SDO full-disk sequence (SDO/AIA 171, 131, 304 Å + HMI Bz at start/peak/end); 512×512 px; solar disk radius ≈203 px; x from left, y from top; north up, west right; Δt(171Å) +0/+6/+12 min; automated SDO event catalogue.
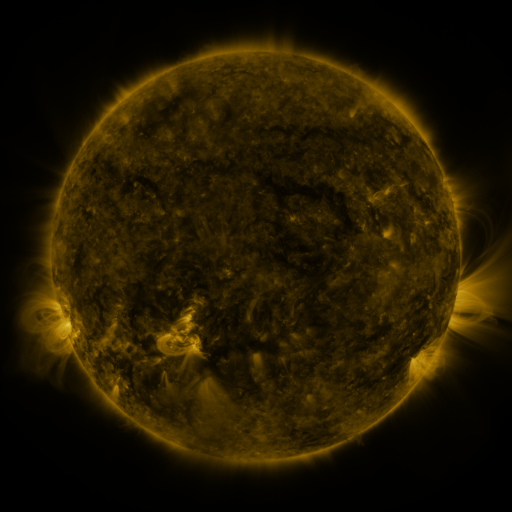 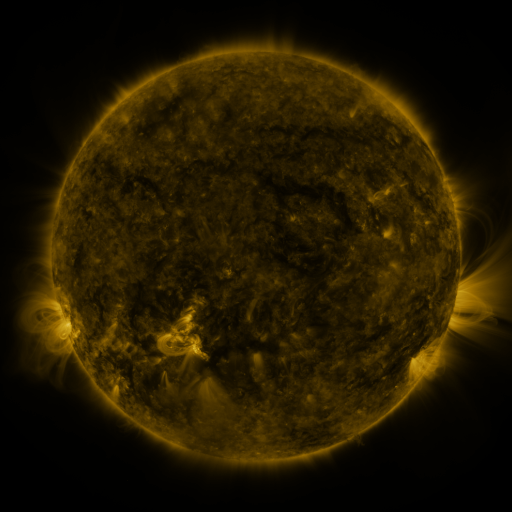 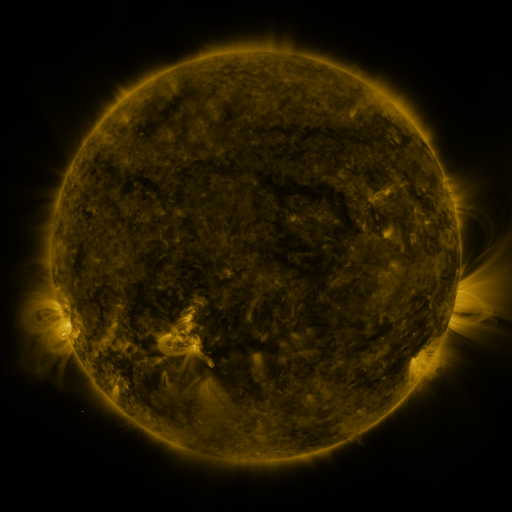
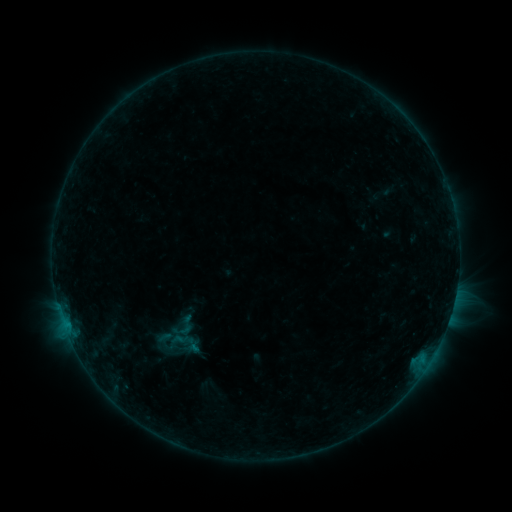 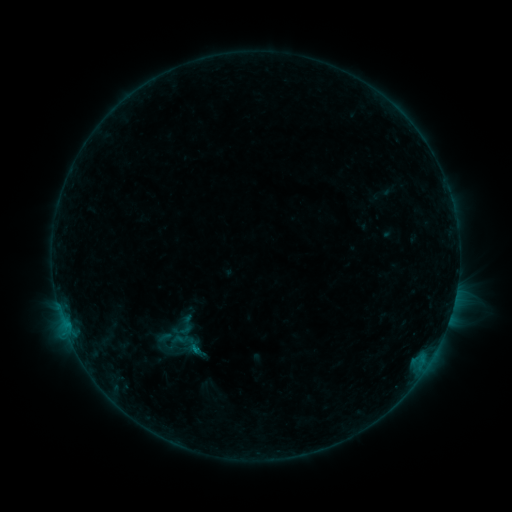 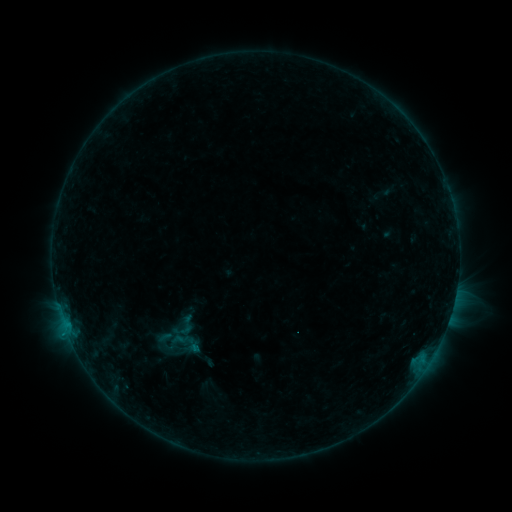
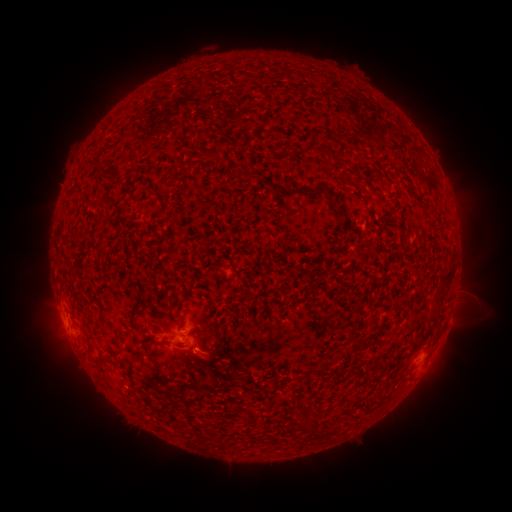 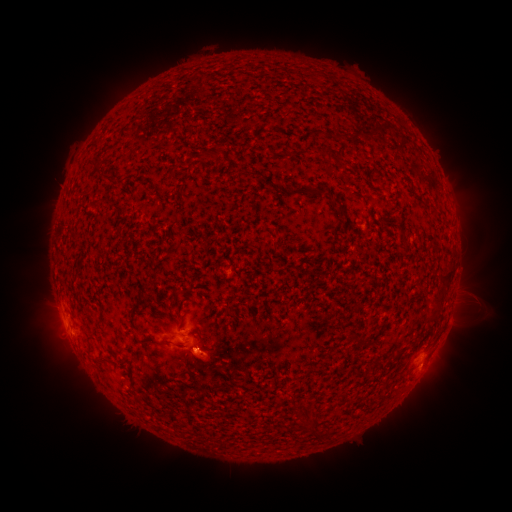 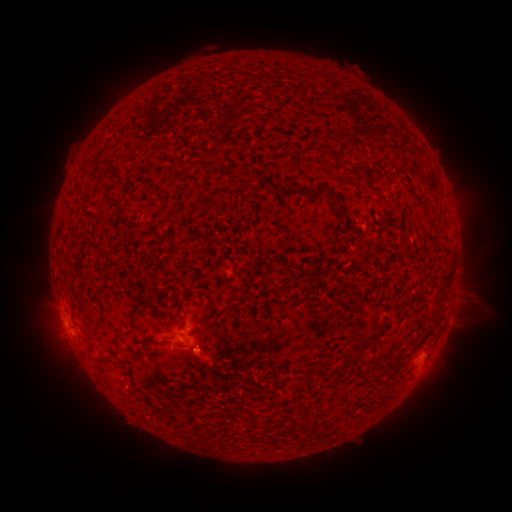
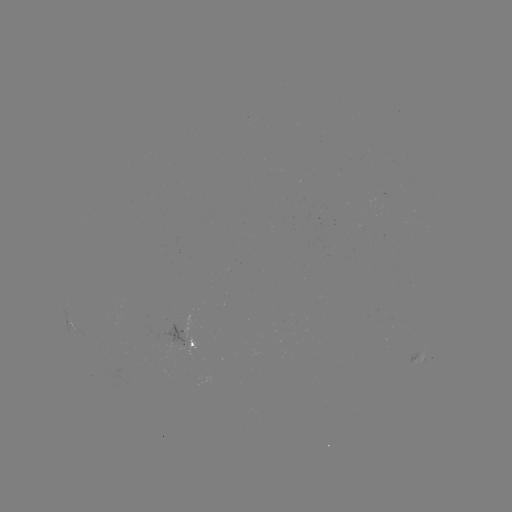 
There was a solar eruption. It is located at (215, 366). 